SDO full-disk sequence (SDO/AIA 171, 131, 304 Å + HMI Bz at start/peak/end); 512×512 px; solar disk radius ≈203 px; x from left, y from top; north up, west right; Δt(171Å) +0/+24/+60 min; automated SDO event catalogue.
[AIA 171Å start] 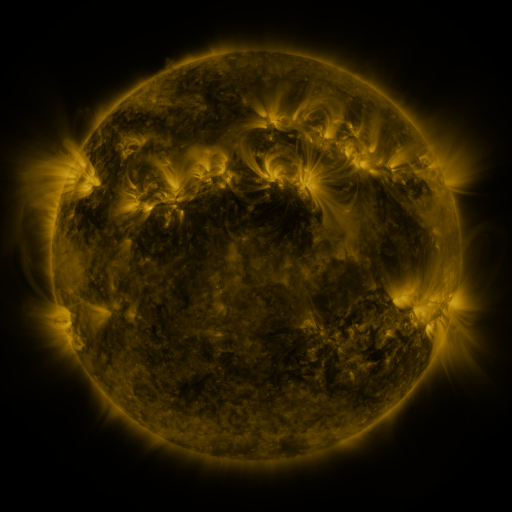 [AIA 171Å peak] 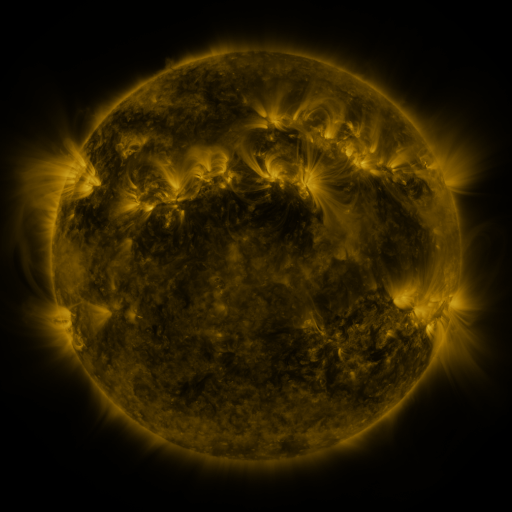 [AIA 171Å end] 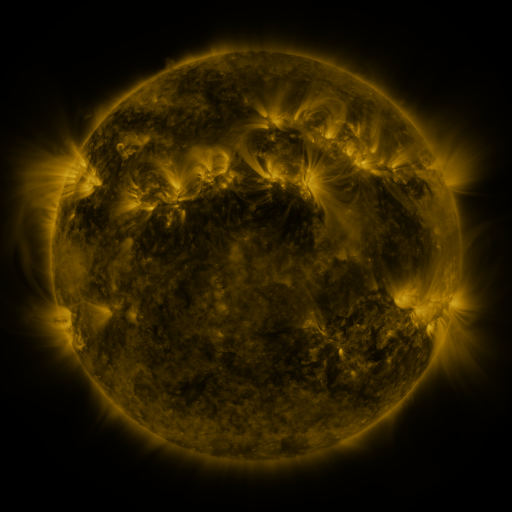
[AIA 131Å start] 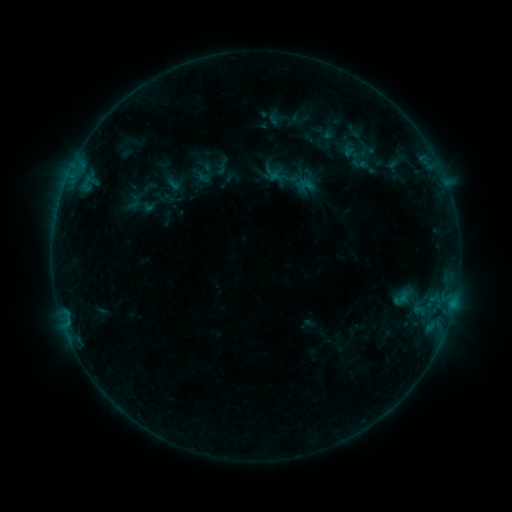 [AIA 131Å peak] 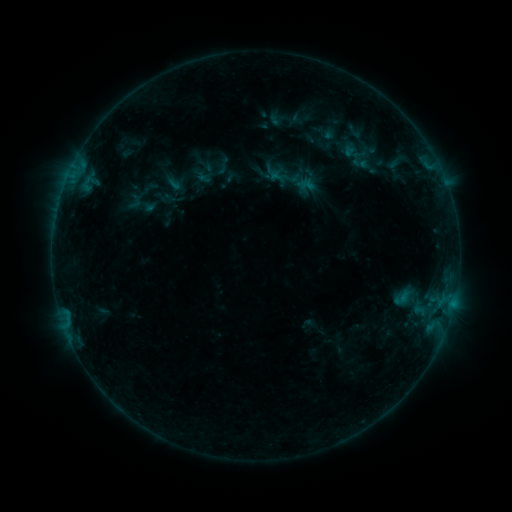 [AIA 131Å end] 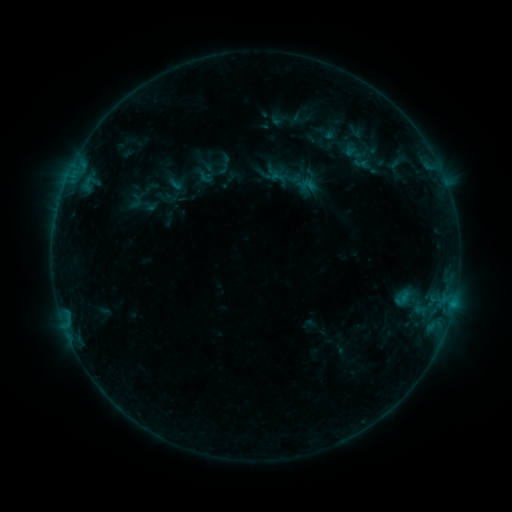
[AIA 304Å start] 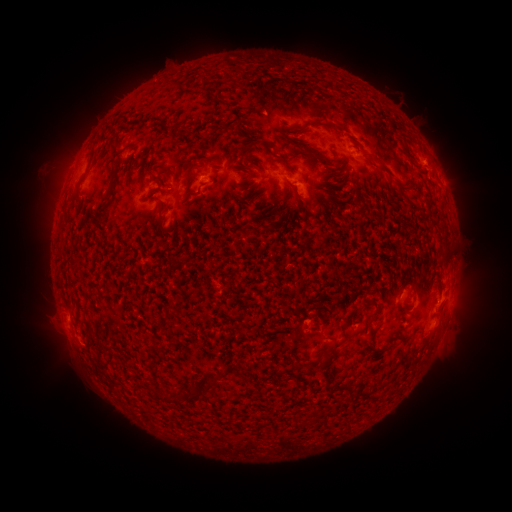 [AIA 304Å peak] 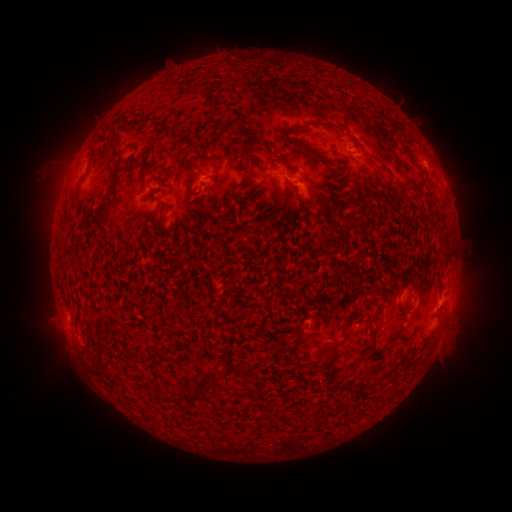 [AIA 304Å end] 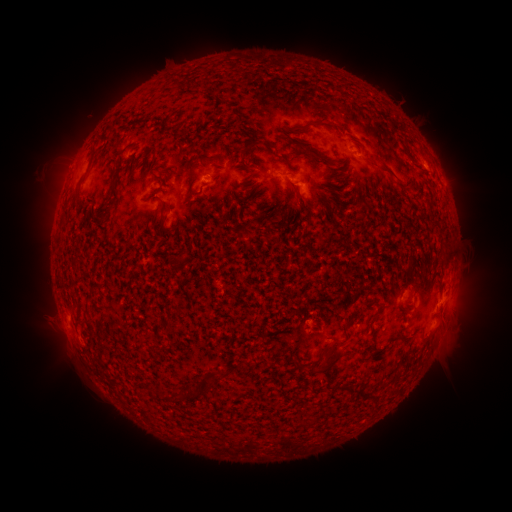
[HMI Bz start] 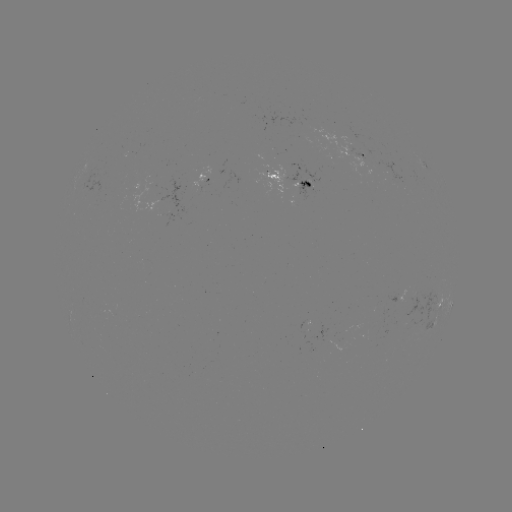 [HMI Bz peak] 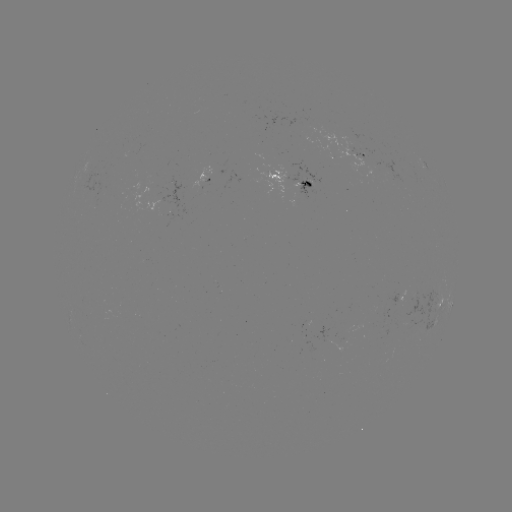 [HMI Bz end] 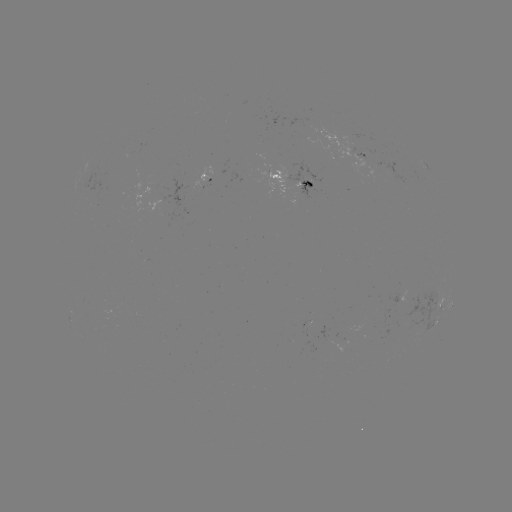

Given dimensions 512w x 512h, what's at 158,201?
emerging-flux region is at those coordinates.